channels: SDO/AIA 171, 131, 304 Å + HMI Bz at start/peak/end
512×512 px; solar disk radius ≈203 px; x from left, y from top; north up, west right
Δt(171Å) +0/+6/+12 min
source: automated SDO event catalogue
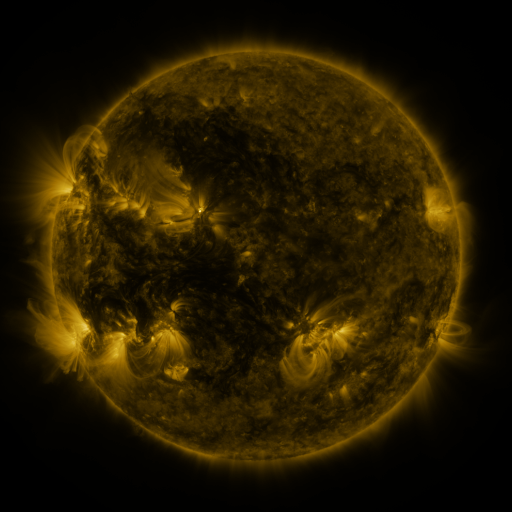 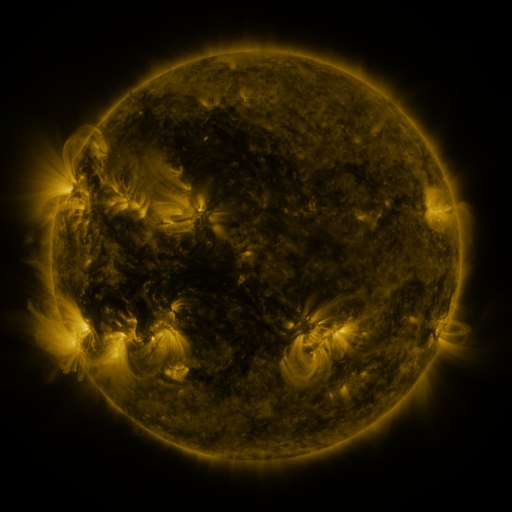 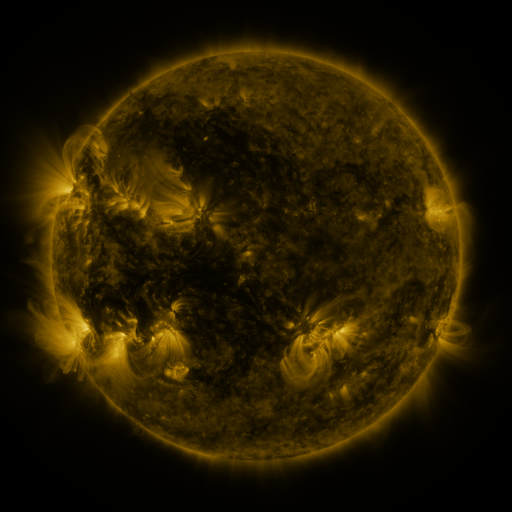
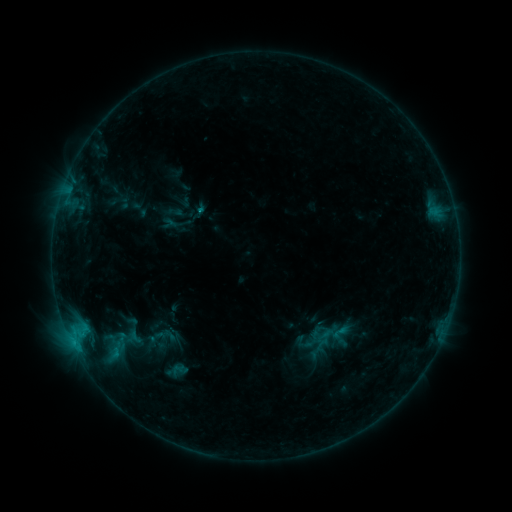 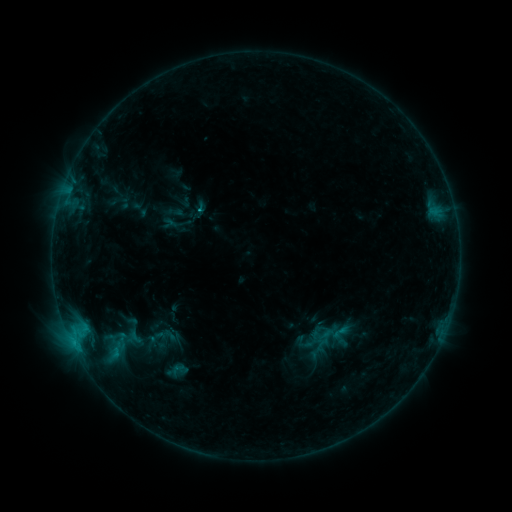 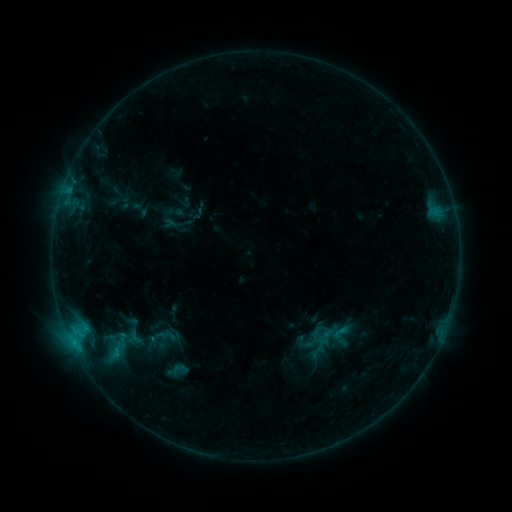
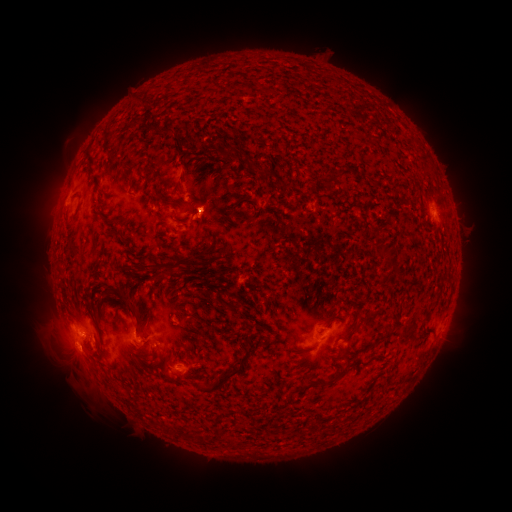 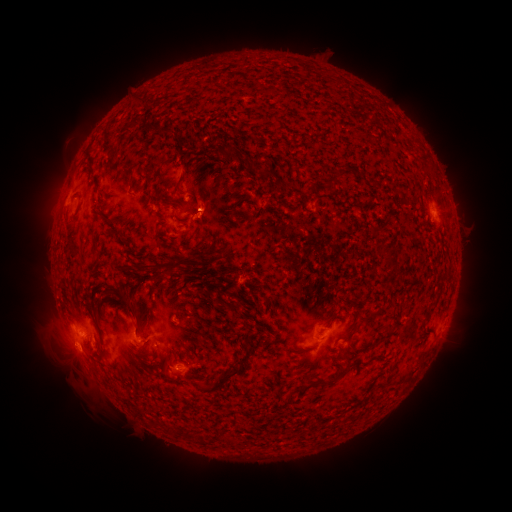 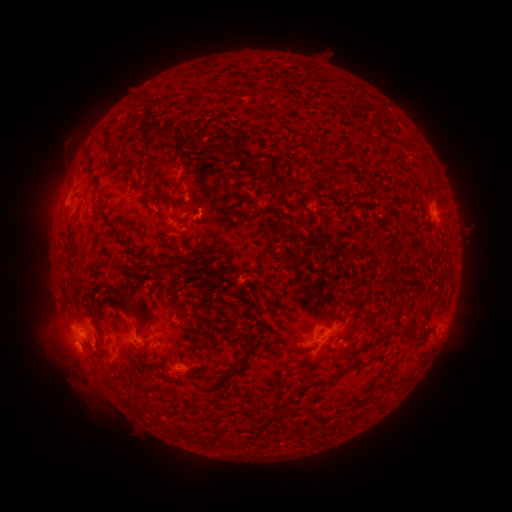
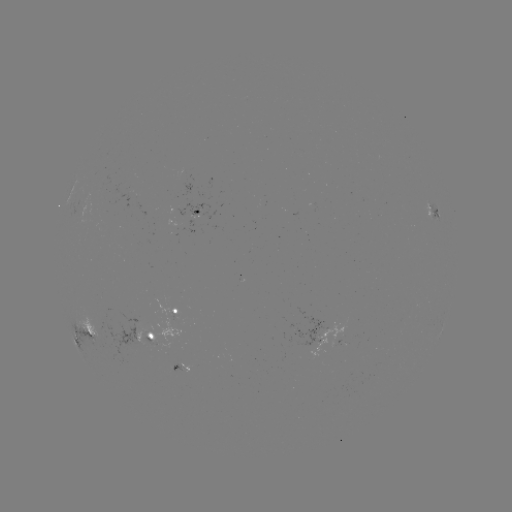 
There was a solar flare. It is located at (199, 210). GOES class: C1.0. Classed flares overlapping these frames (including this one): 1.